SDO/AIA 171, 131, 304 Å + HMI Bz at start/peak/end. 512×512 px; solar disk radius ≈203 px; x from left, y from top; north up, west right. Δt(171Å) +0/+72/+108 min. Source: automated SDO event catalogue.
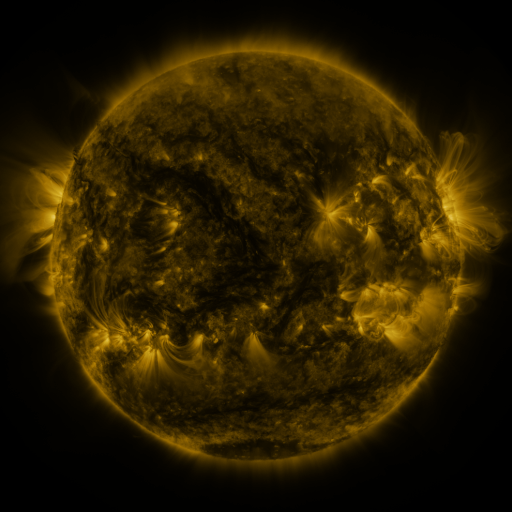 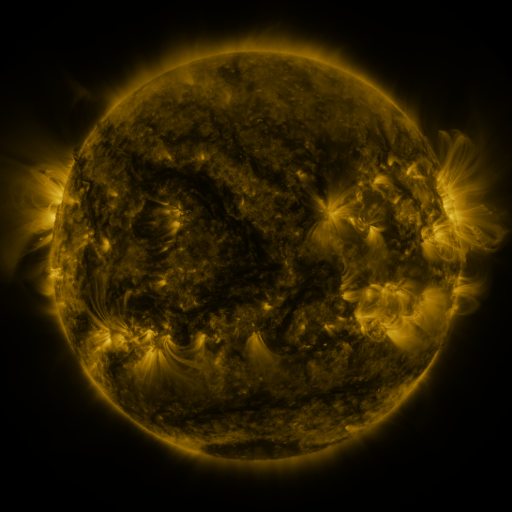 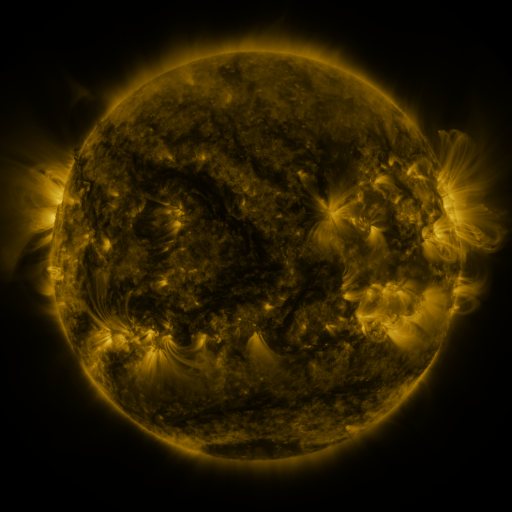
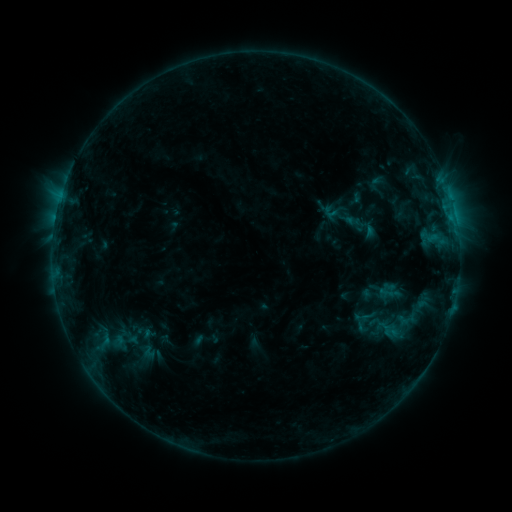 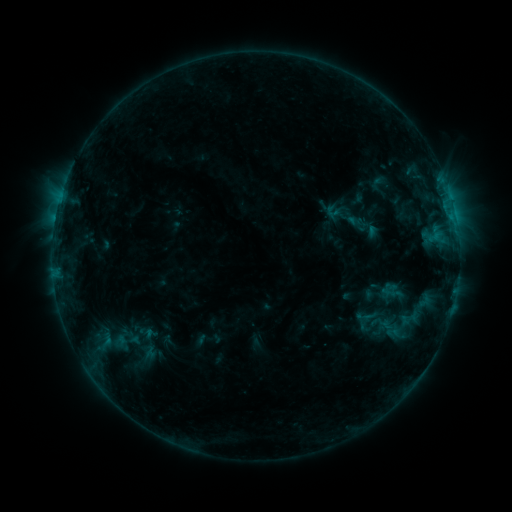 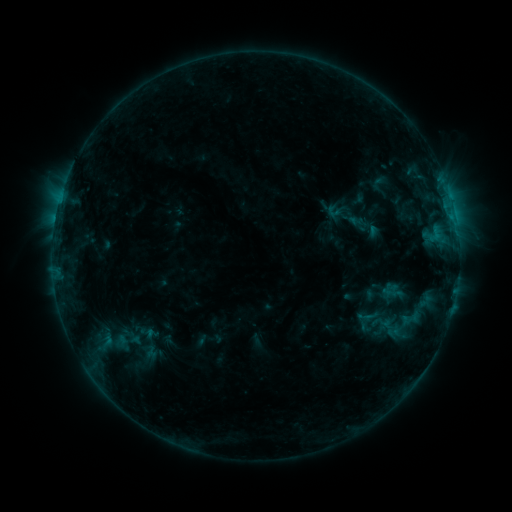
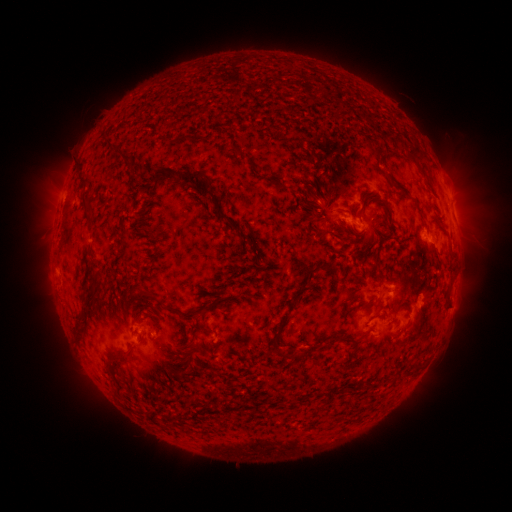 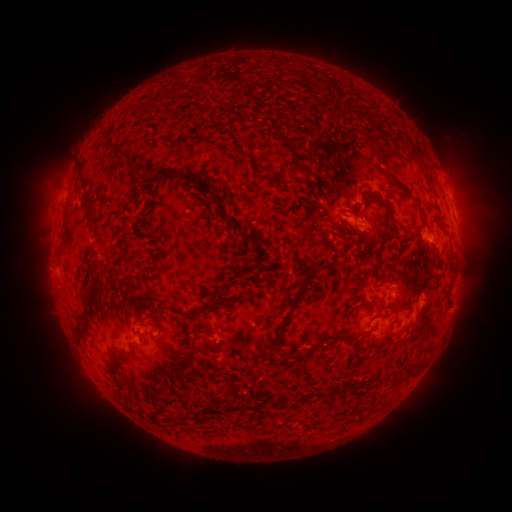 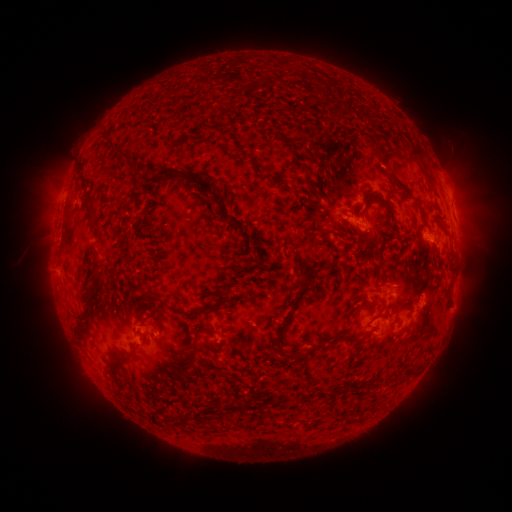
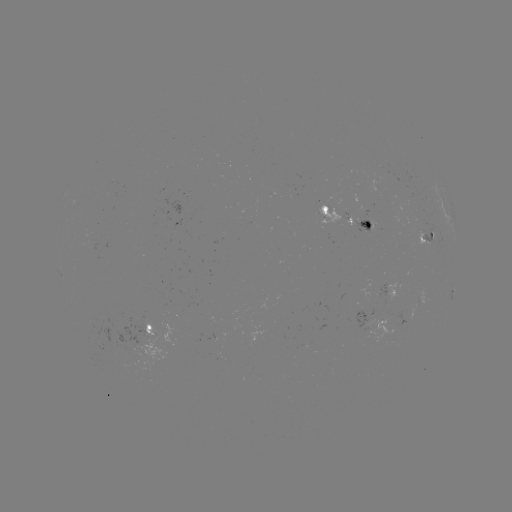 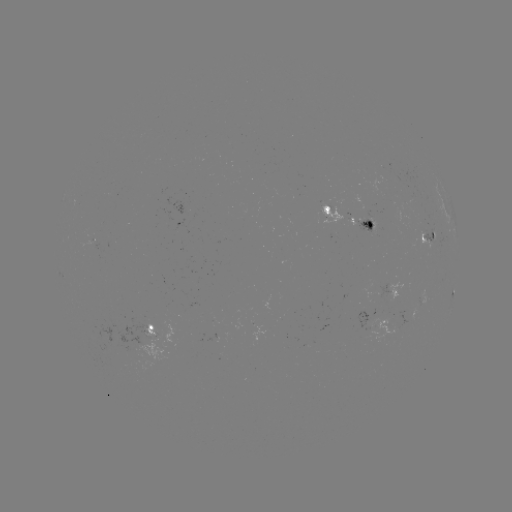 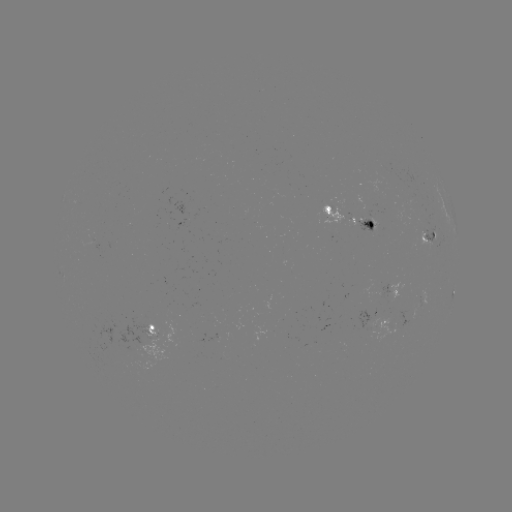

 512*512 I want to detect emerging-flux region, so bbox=[80, 237, 92, 248].